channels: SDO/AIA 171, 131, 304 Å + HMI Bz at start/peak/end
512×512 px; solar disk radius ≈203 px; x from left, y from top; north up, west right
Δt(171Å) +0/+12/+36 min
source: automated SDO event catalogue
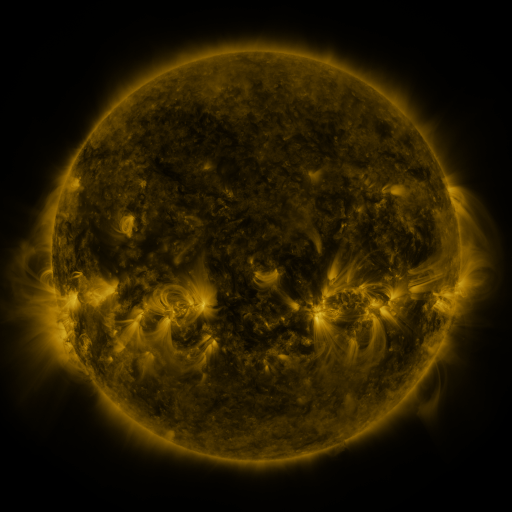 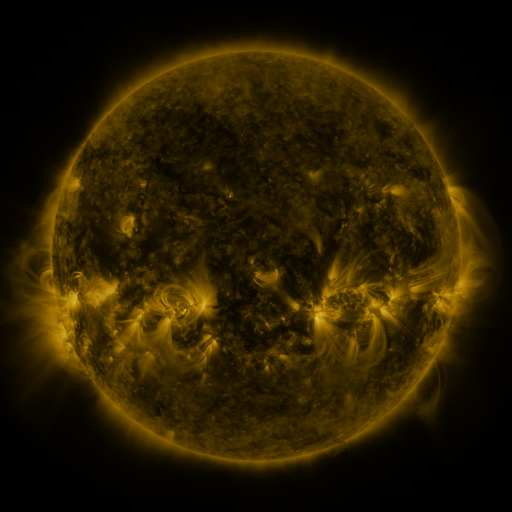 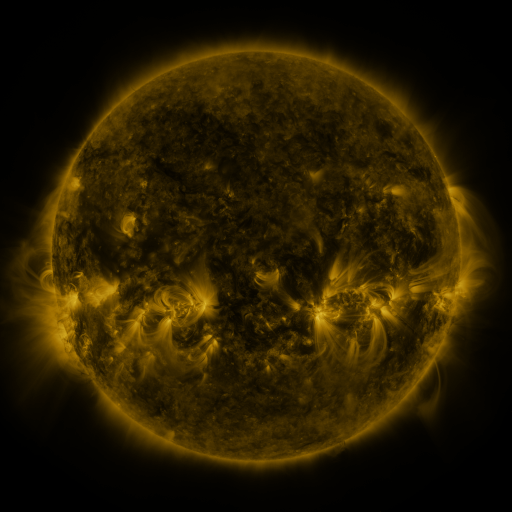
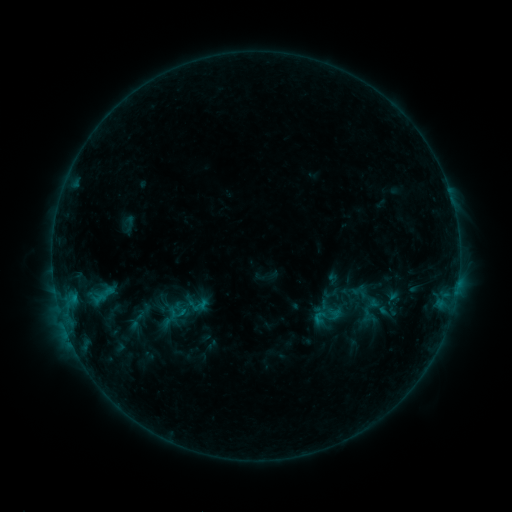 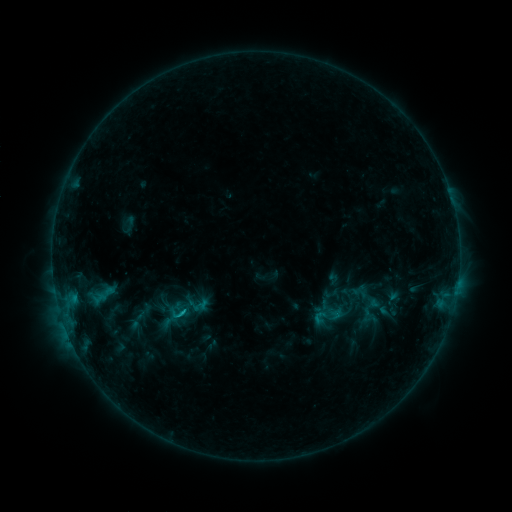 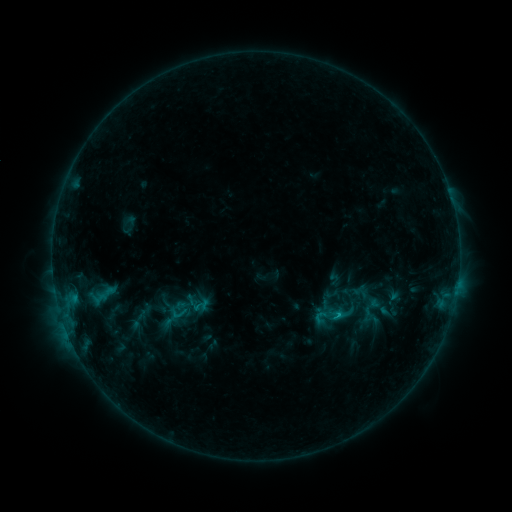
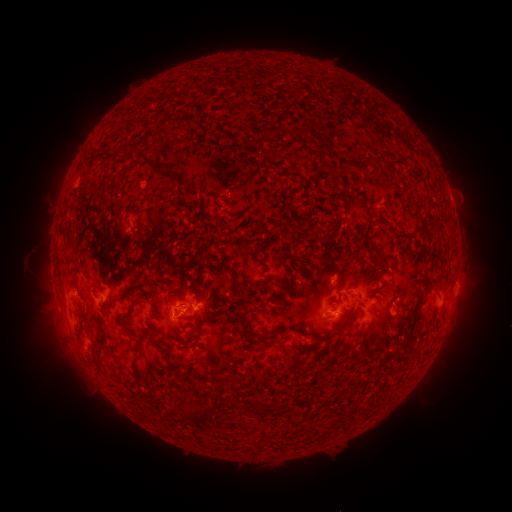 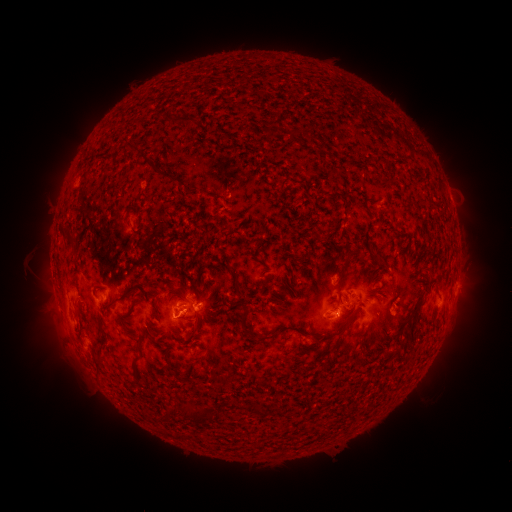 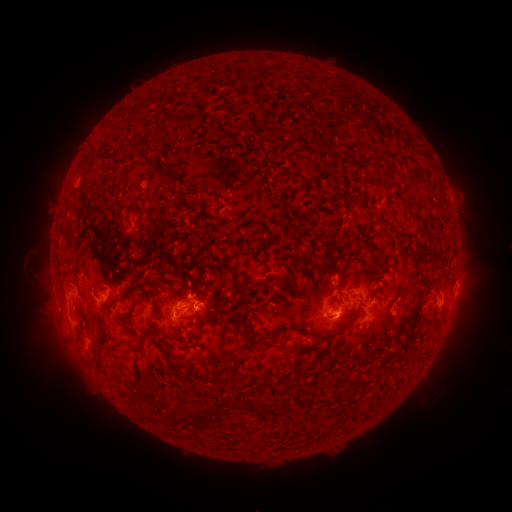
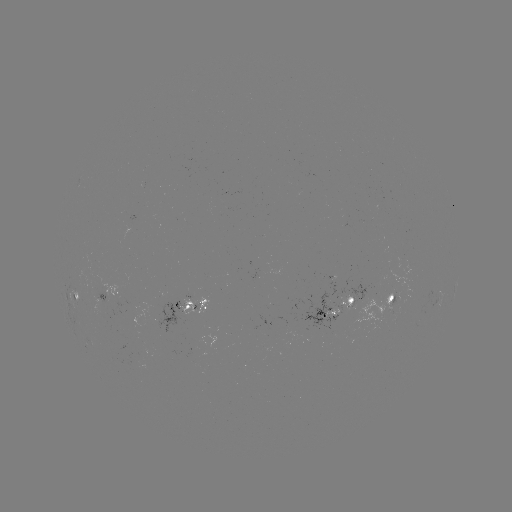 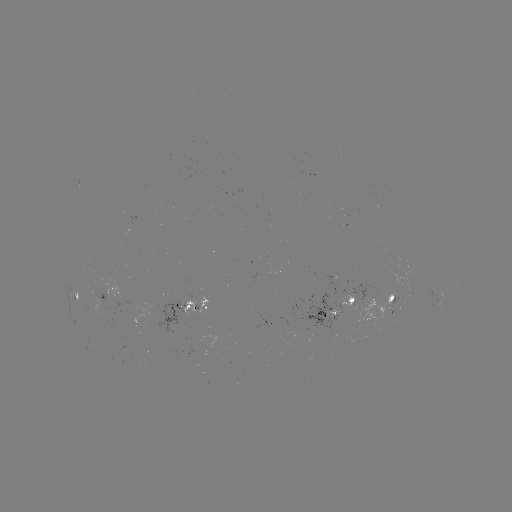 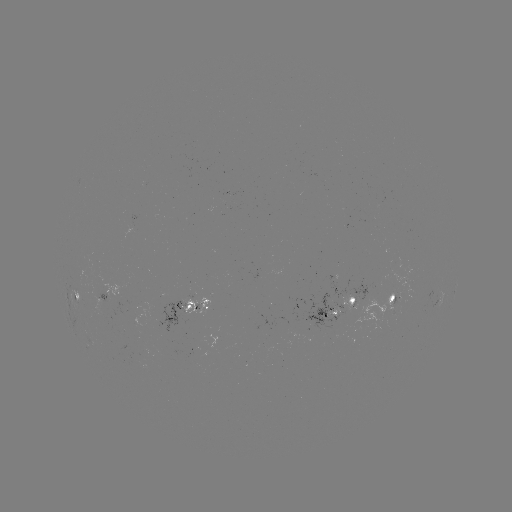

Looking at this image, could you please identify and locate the C1.2 flare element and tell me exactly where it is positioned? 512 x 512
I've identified C1.2 flare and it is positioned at (183, 311).